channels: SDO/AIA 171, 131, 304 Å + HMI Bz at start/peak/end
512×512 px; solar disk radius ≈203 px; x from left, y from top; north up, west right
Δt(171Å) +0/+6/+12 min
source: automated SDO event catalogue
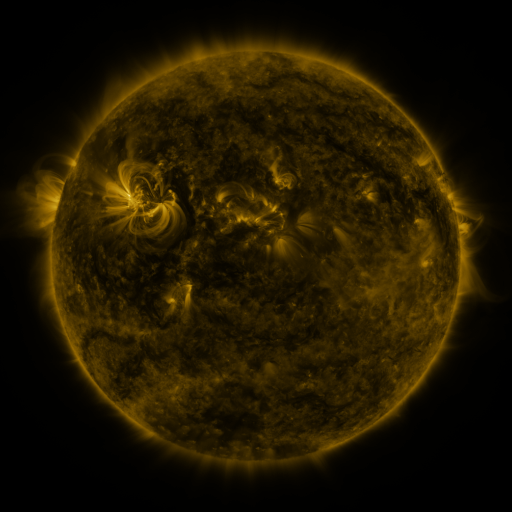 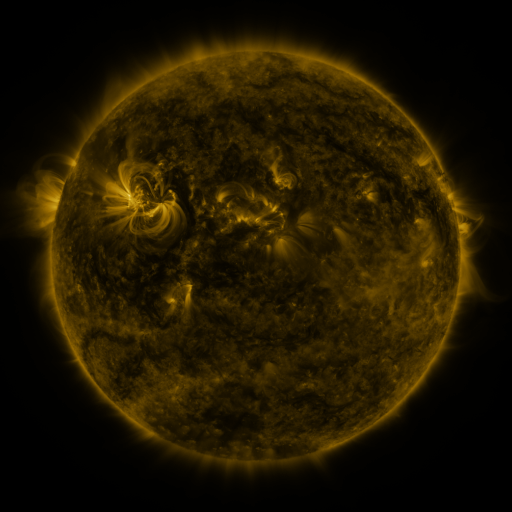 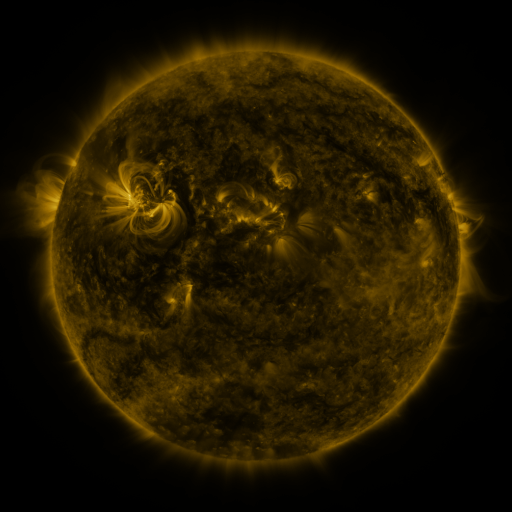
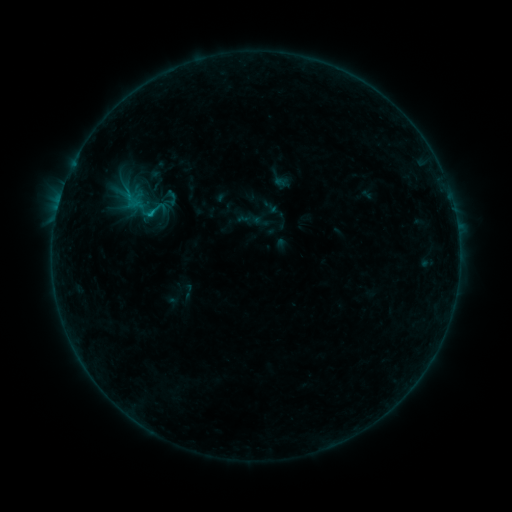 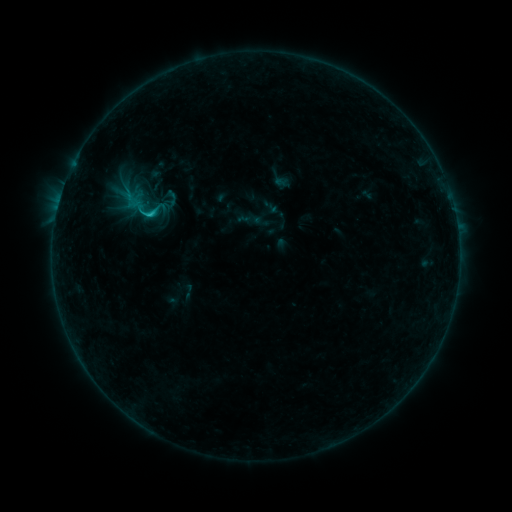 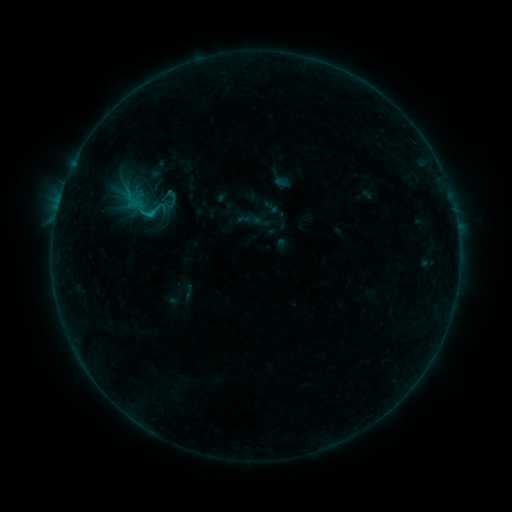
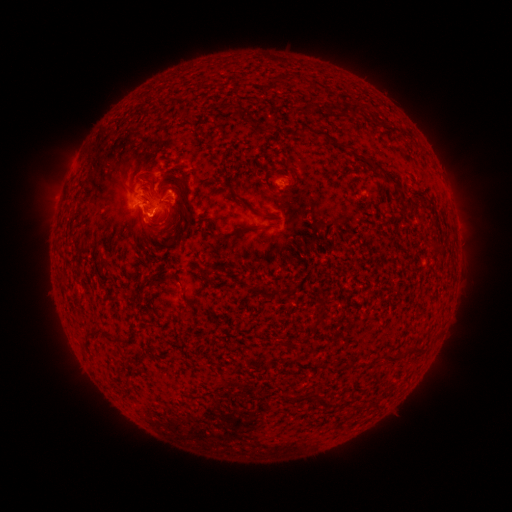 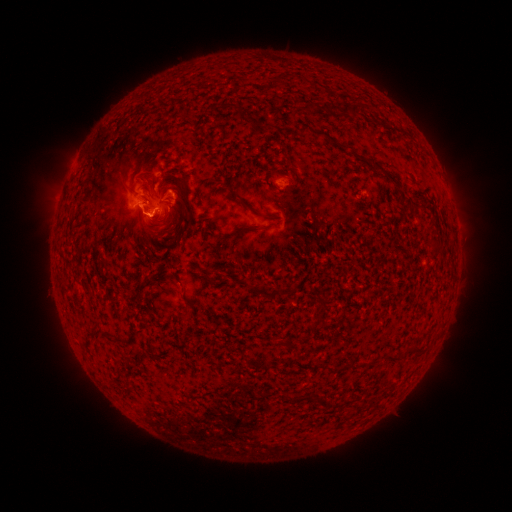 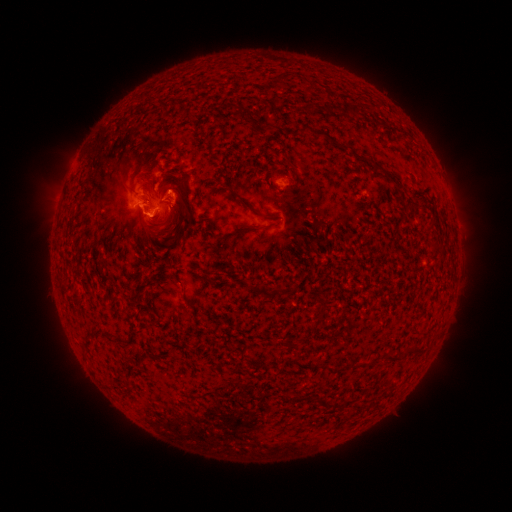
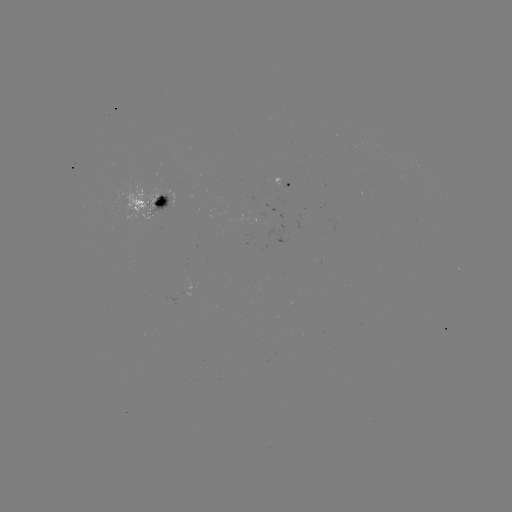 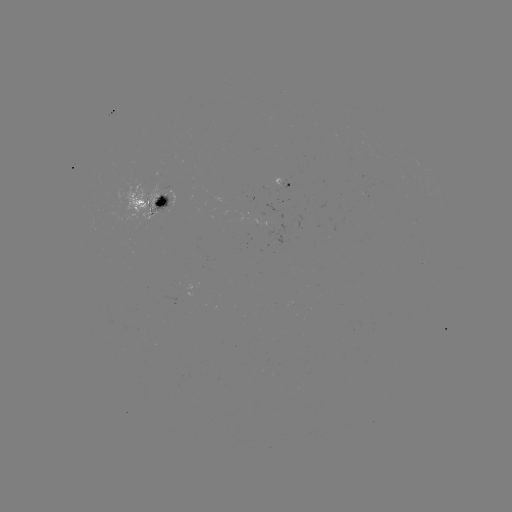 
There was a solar flare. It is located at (151, 217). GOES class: C1.0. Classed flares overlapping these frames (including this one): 1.